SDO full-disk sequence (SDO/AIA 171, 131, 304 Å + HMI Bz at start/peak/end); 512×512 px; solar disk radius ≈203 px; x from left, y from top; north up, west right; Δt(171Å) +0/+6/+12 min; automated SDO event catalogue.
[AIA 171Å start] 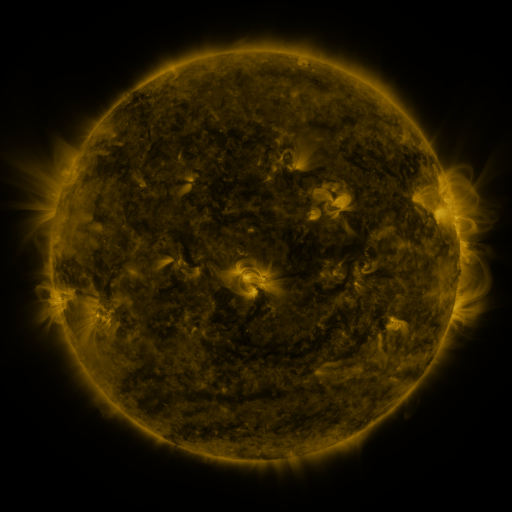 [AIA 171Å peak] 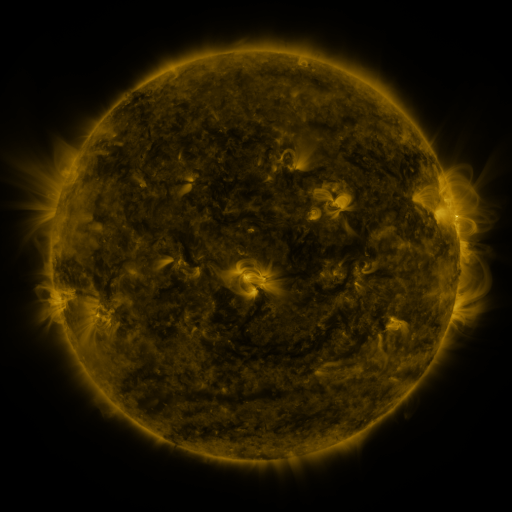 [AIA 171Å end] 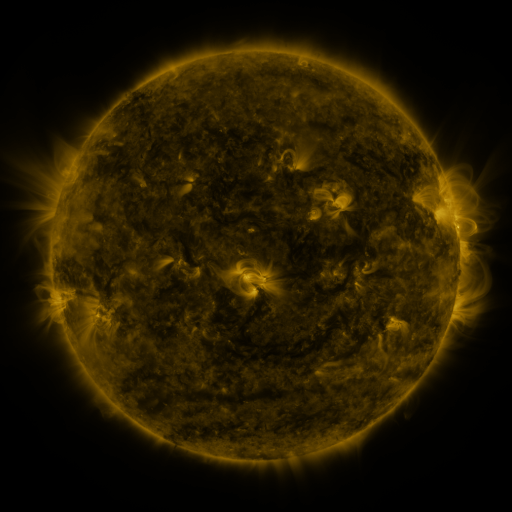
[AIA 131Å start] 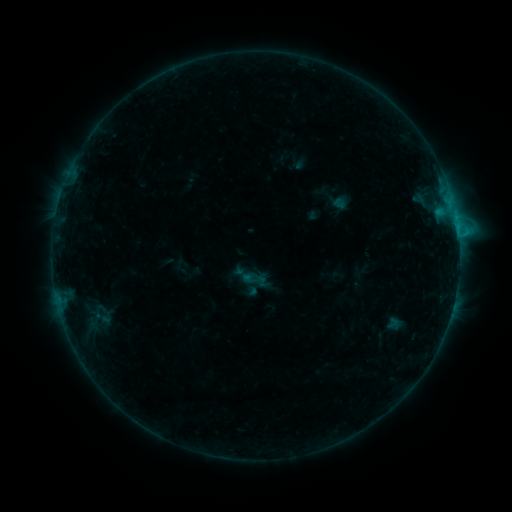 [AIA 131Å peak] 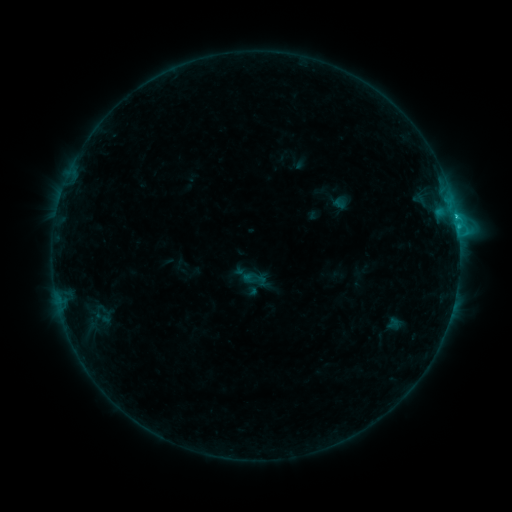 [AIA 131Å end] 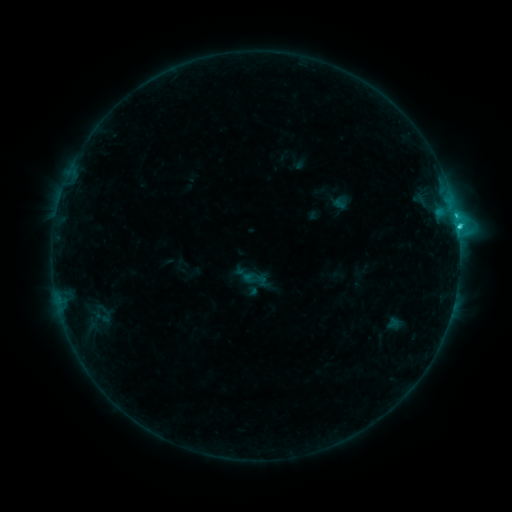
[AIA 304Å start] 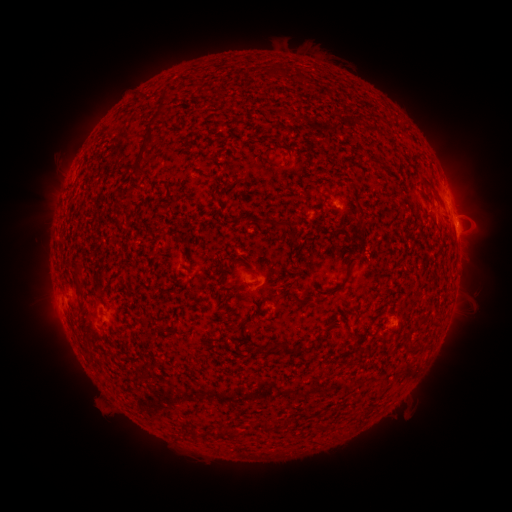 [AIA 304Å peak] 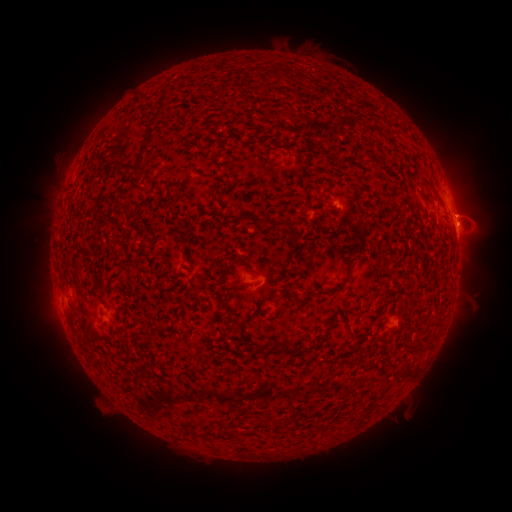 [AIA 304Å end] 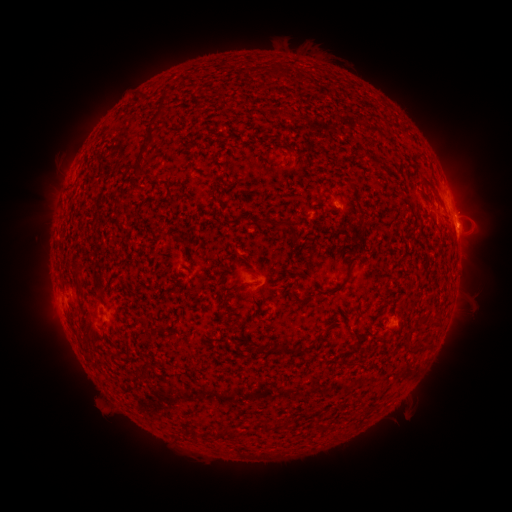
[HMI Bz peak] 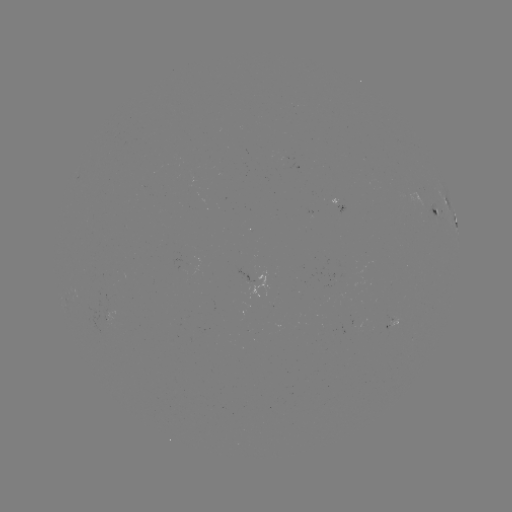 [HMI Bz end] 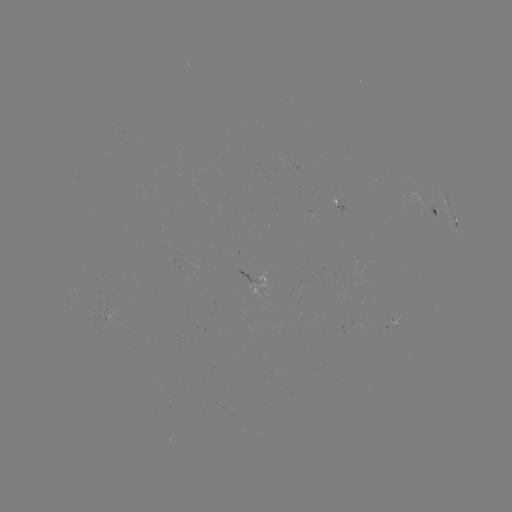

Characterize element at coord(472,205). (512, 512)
eruption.